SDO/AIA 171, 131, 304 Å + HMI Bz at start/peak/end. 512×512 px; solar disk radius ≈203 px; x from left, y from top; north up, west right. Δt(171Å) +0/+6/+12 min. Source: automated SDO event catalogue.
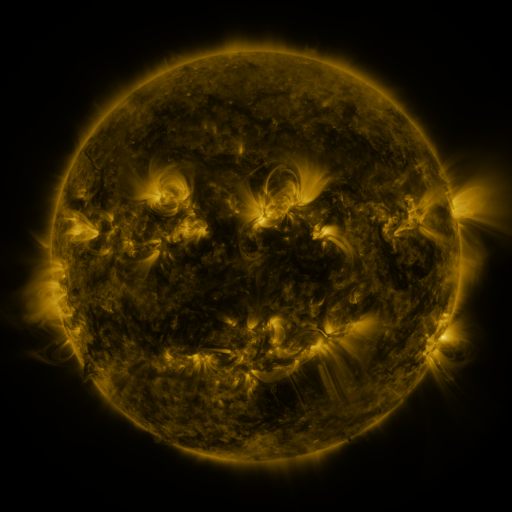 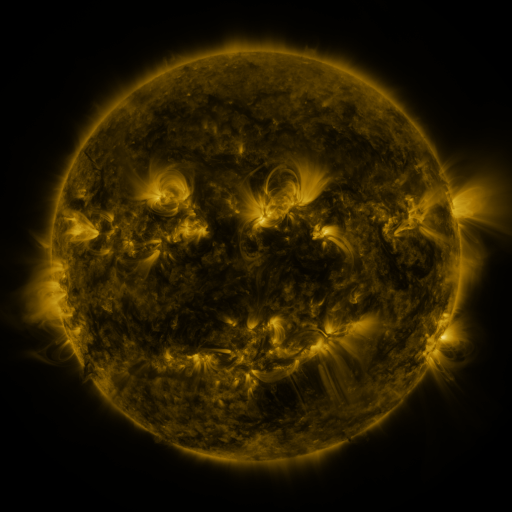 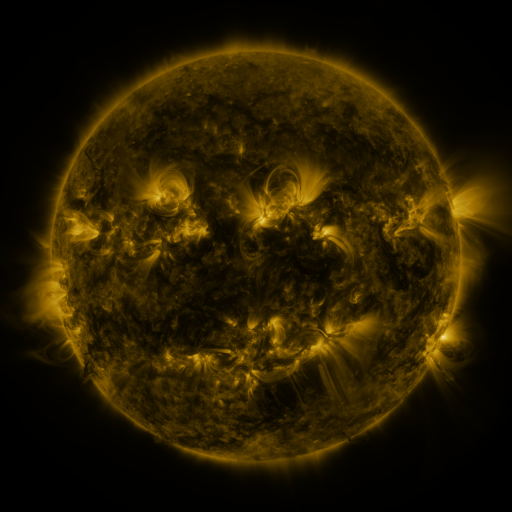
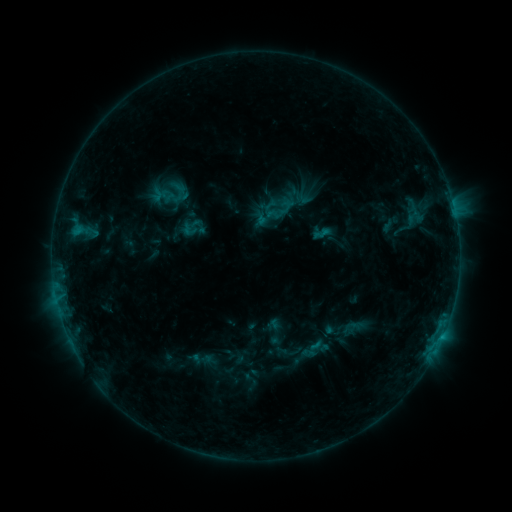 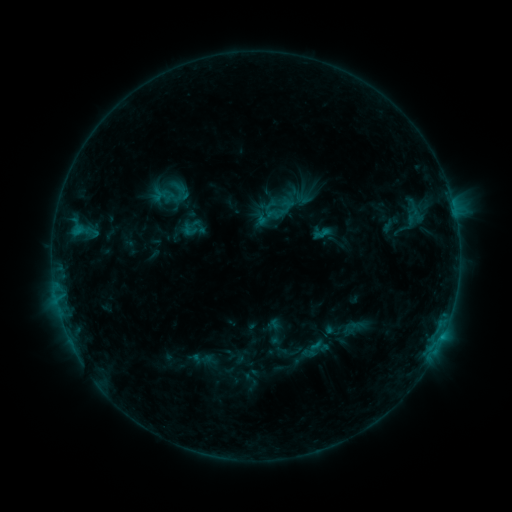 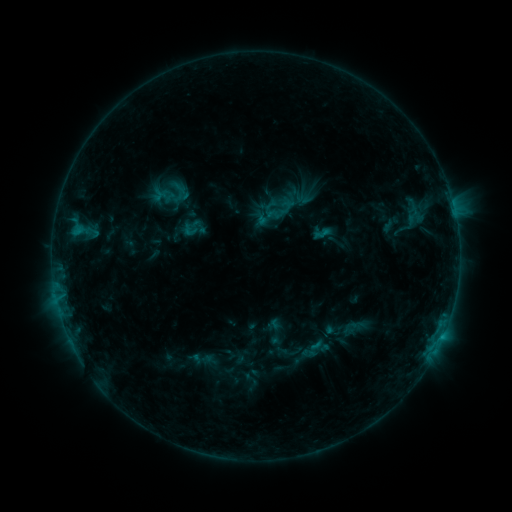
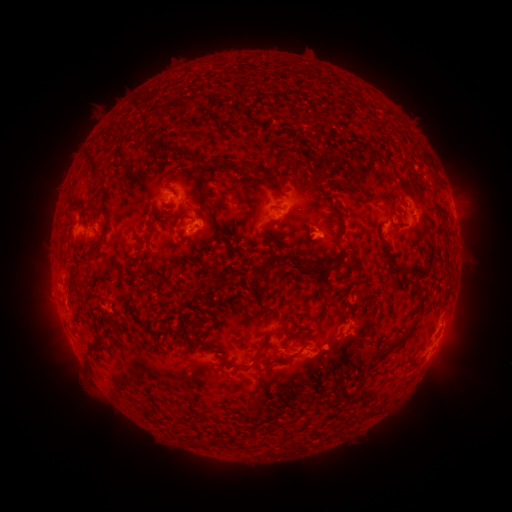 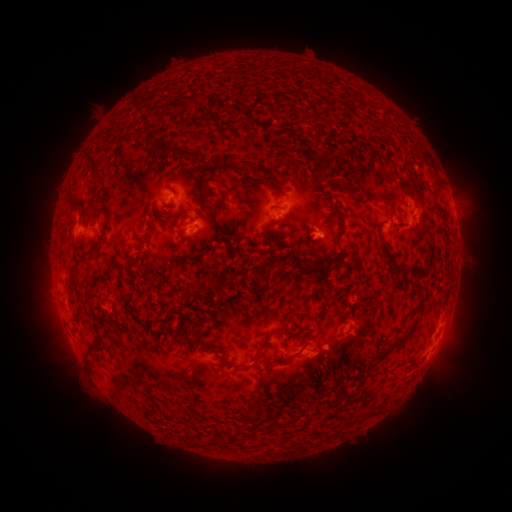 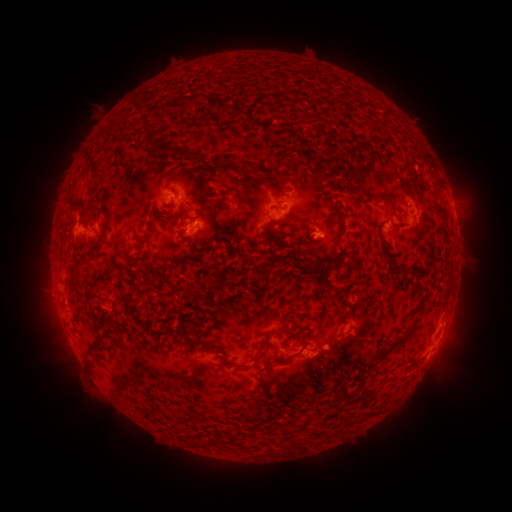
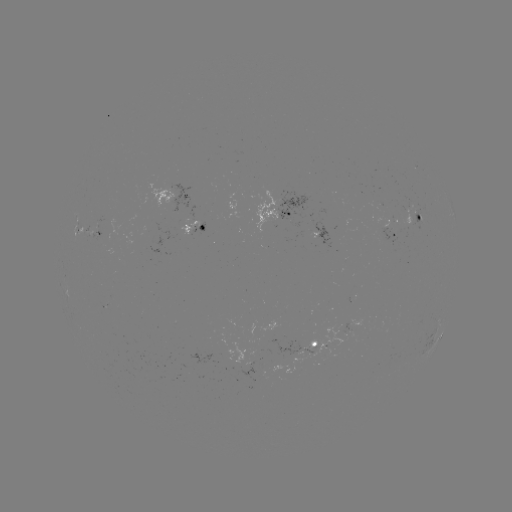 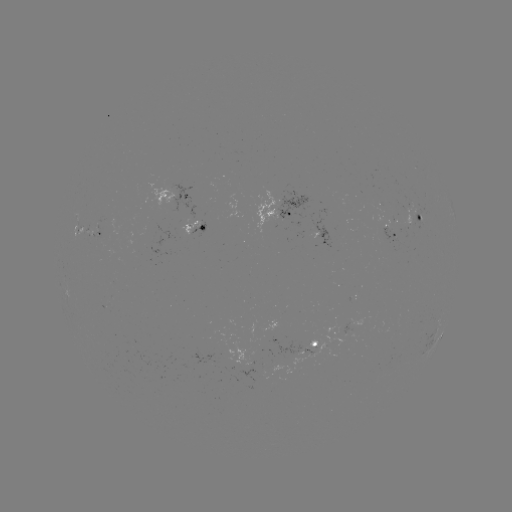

no catalogued flare and no flagged EUV brightening in this window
